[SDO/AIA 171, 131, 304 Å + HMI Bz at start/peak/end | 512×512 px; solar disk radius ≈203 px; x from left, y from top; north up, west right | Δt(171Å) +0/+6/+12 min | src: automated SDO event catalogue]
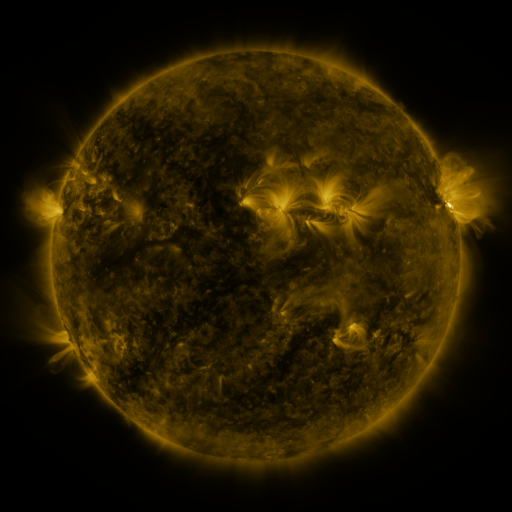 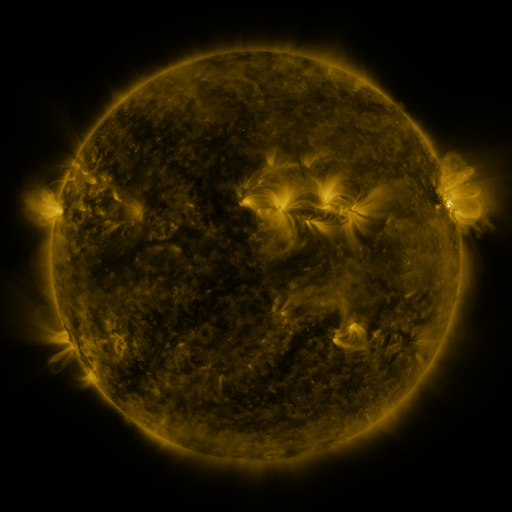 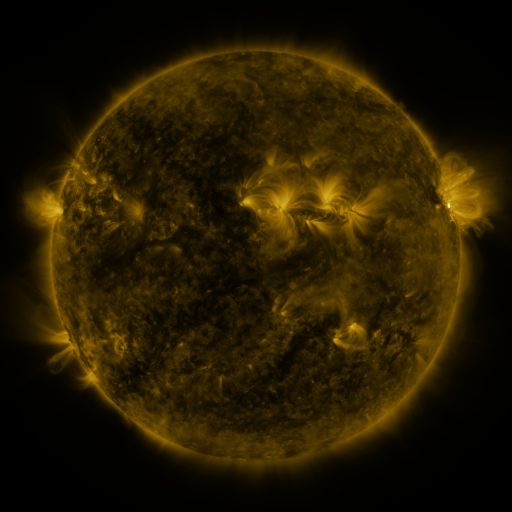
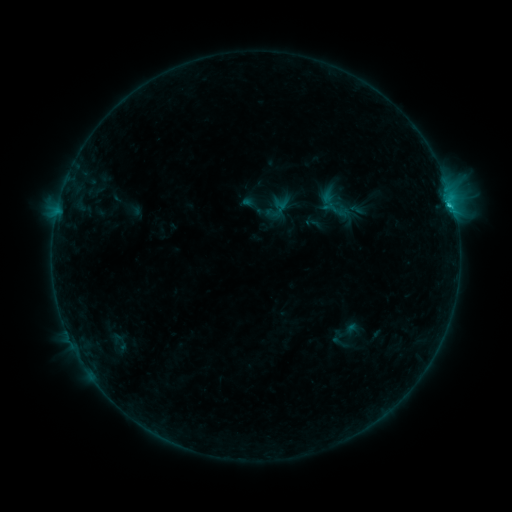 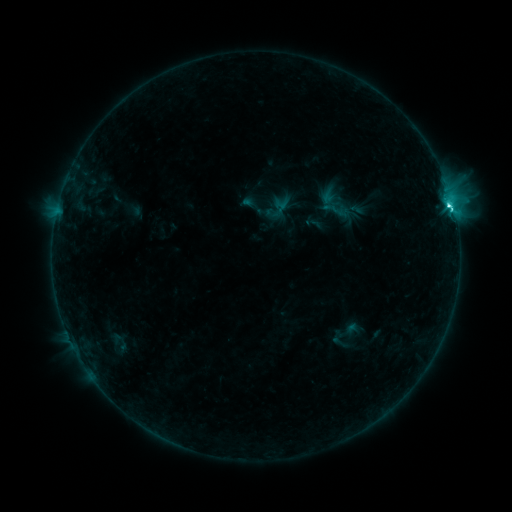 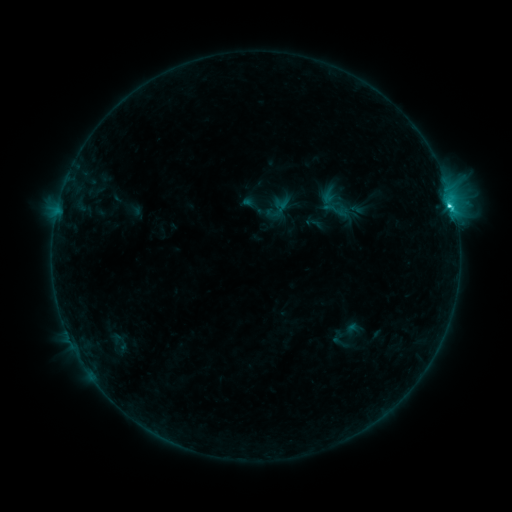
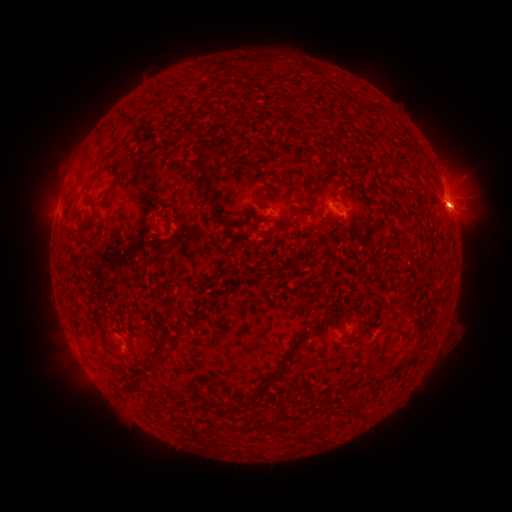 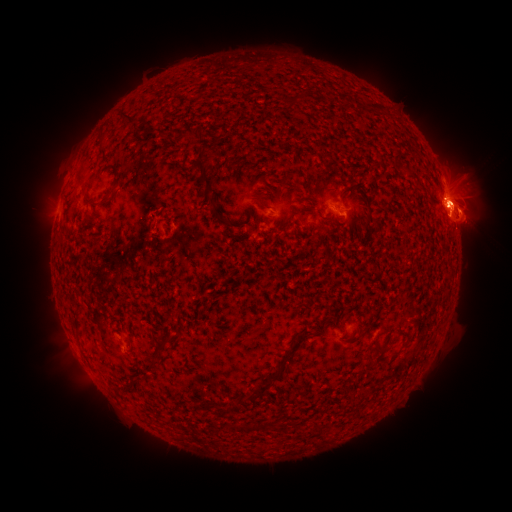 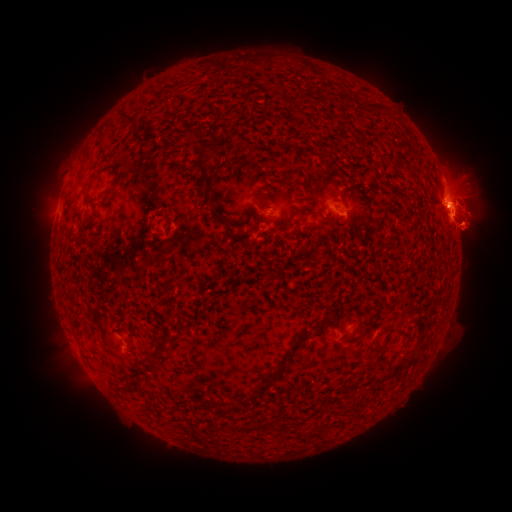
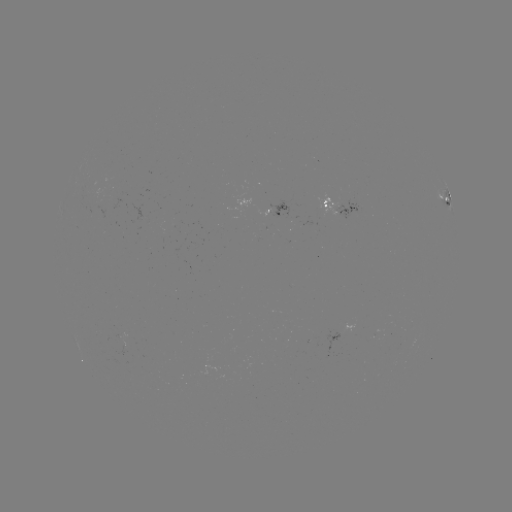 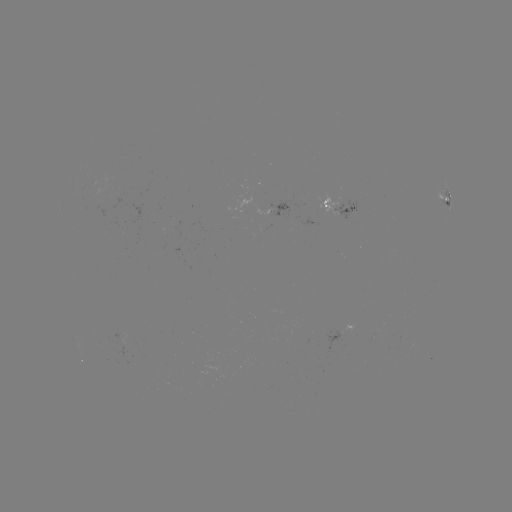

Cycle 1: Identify eruption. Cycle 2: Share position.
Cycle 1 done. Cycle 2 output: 393,209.